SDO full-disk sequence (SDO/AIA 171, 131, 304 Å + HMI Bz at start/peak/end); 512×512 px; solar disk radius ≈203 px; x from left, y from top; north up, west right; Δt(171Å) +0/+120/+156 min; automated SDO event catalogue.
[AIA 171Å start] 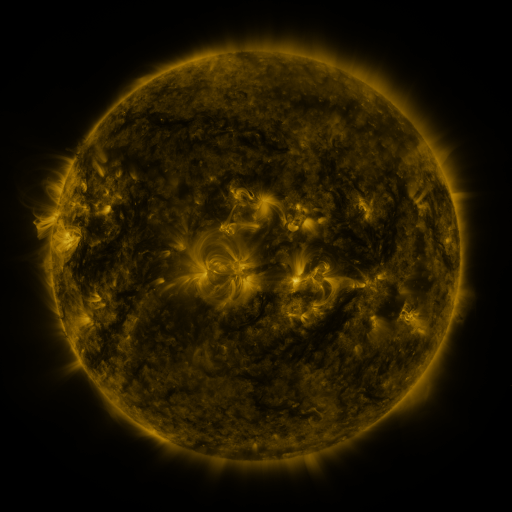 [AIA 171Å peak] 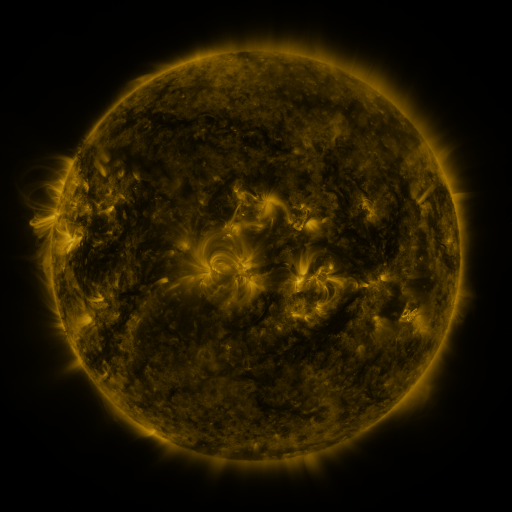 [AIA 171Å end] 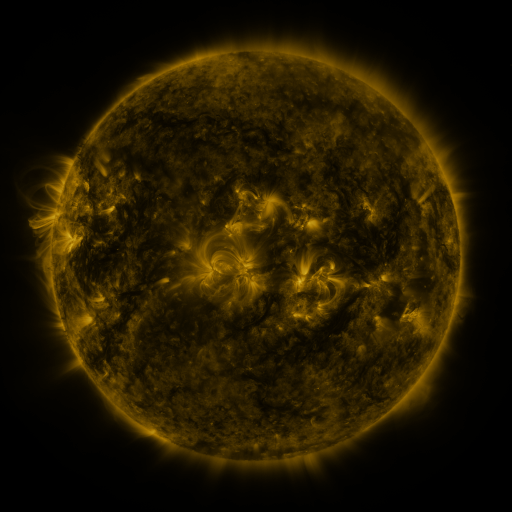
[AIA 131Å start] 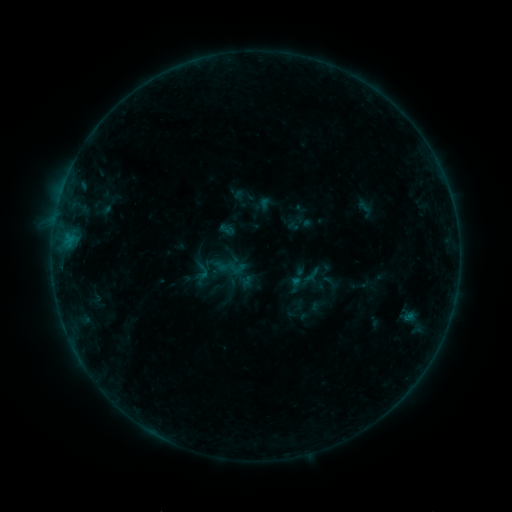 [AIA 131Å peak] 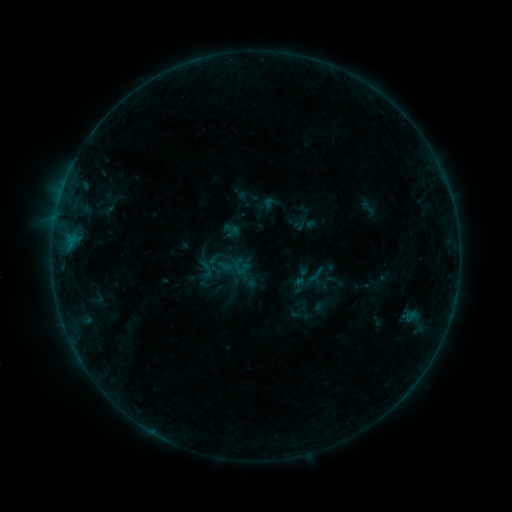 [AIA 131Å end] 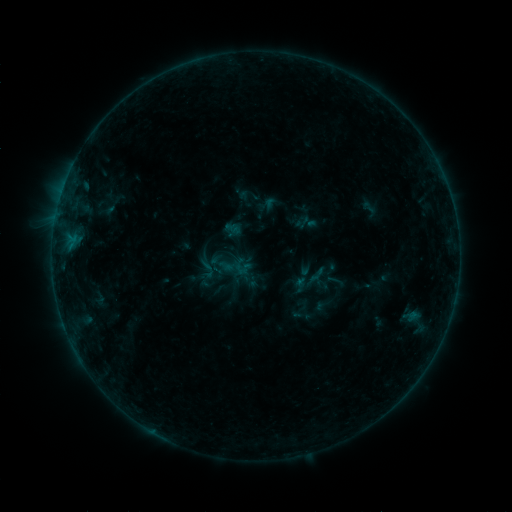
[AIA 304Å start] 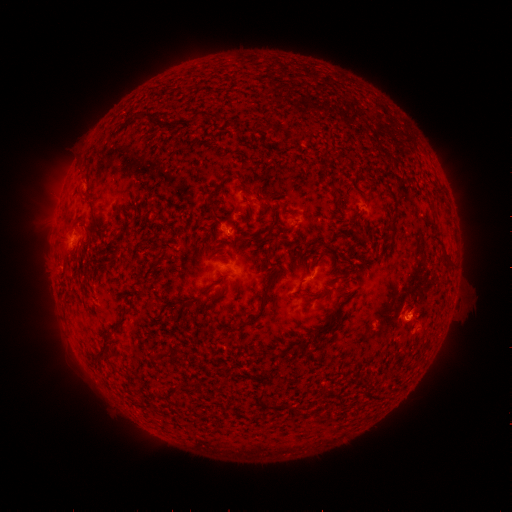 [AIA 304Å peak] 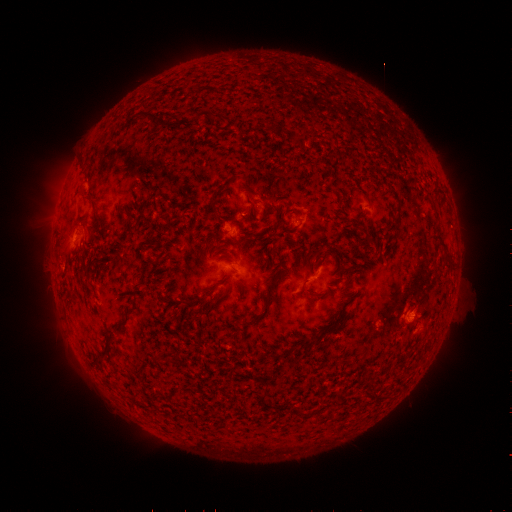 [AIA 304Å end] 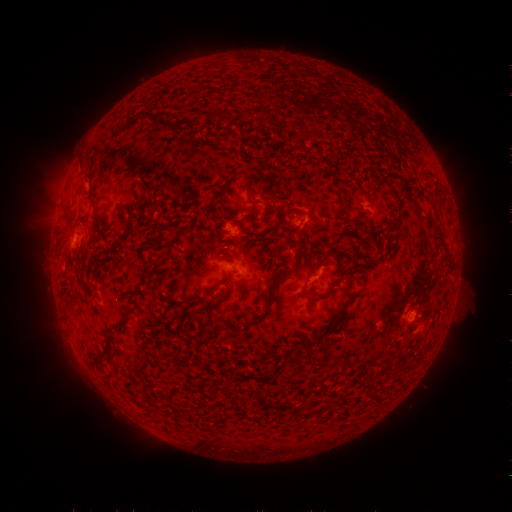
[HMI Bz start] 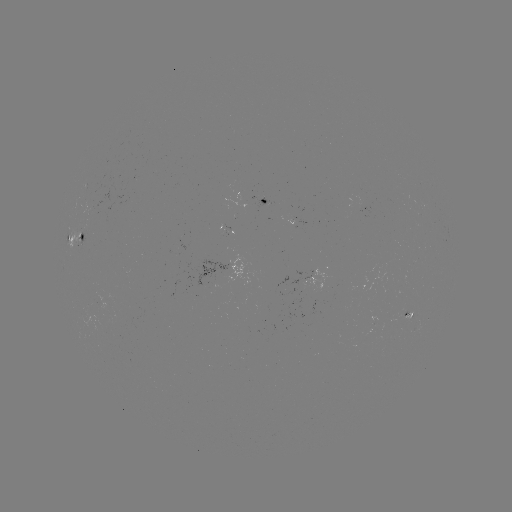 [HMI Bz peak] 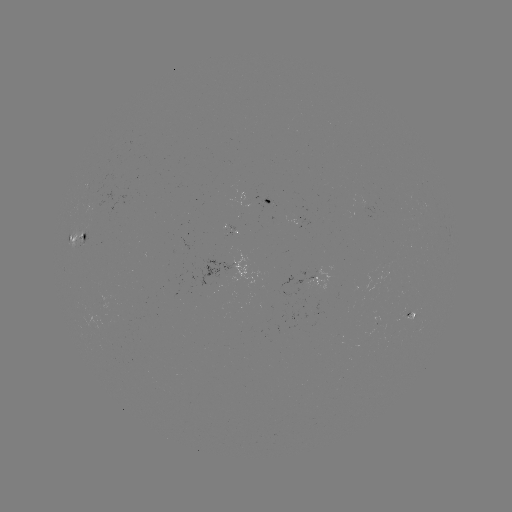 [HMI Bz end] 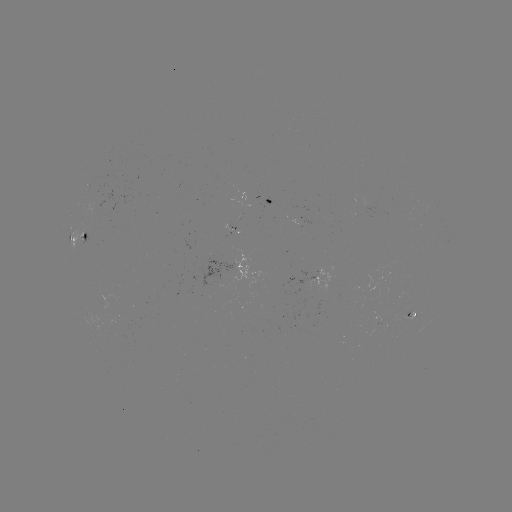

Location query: emerging-flux region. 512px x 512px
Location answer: [413, 317].